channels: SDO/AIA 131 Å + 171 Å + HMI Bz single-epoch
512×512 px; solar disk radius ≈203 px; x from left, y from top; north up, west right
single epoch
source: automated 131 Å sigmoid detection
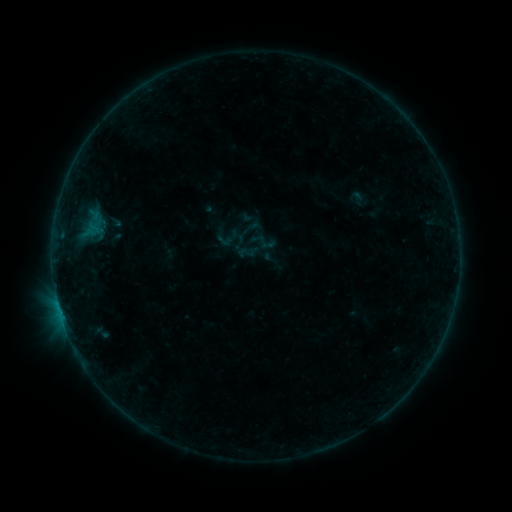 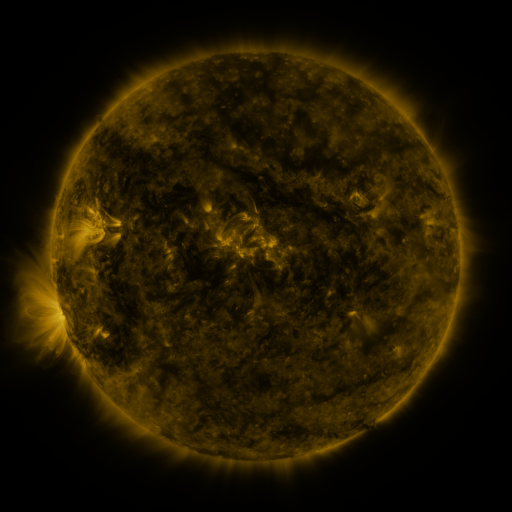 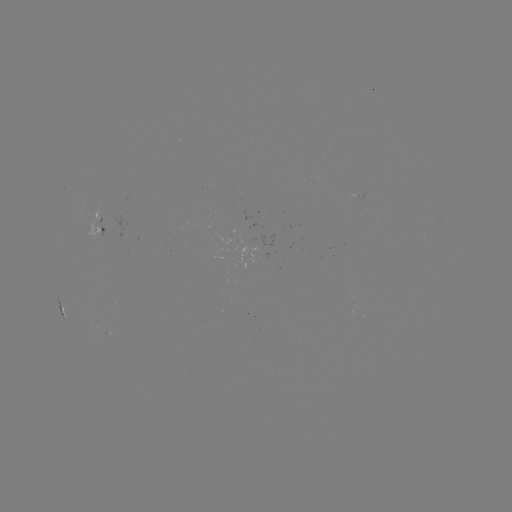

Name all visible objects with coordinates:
sigmoid: (246, 253)
